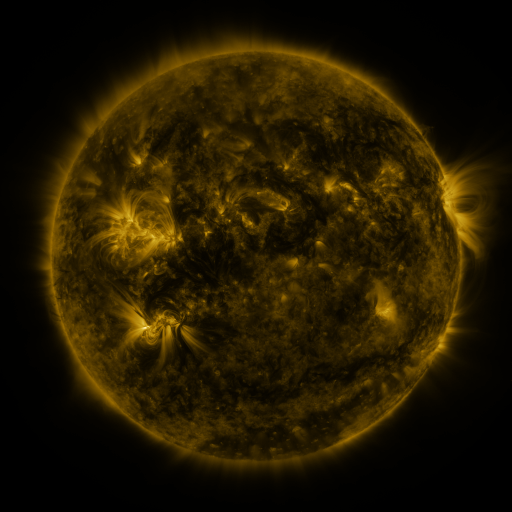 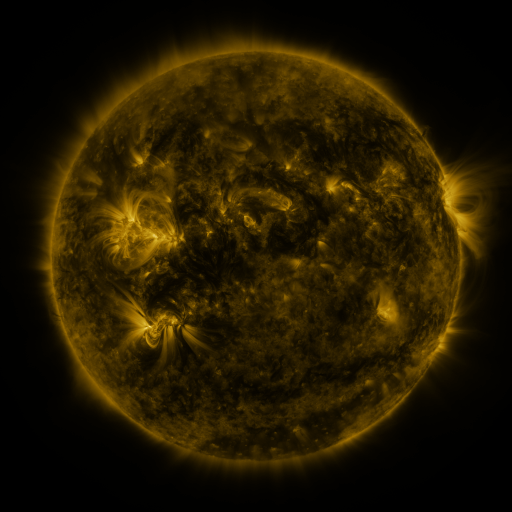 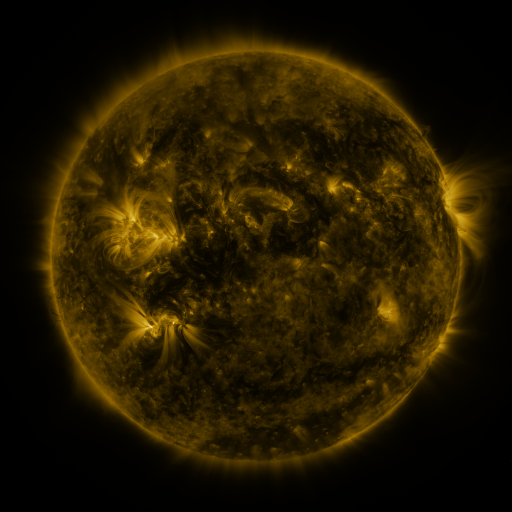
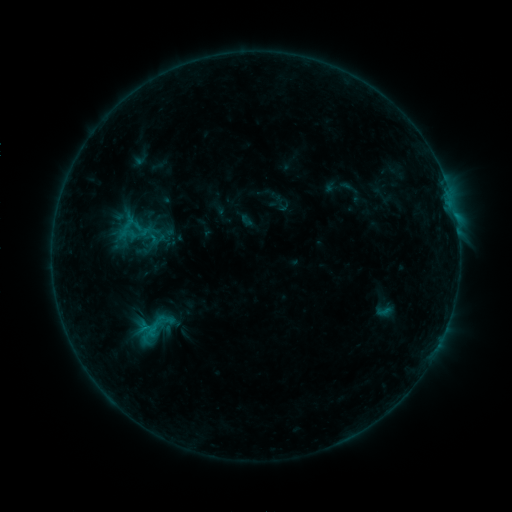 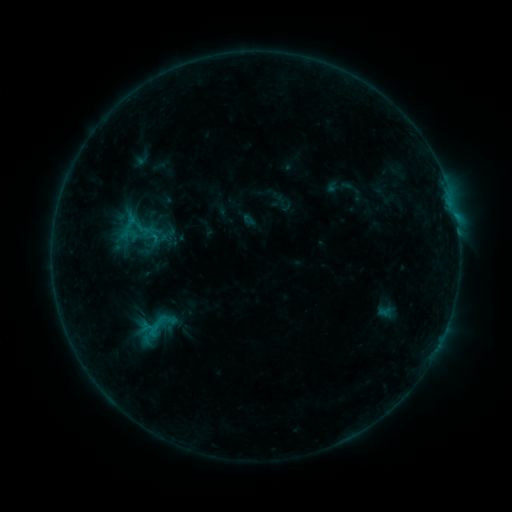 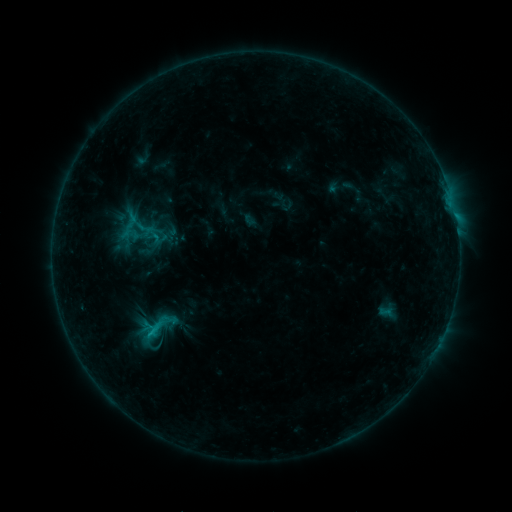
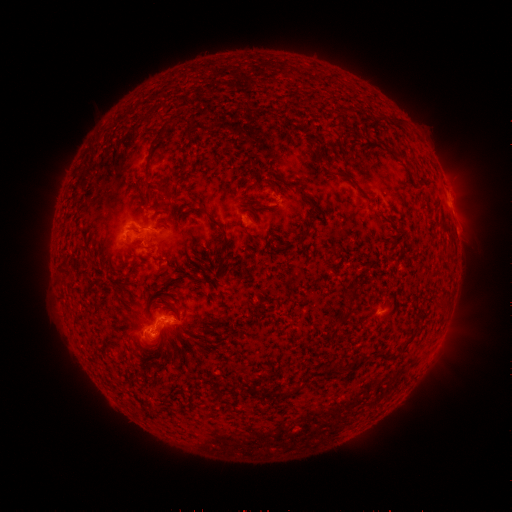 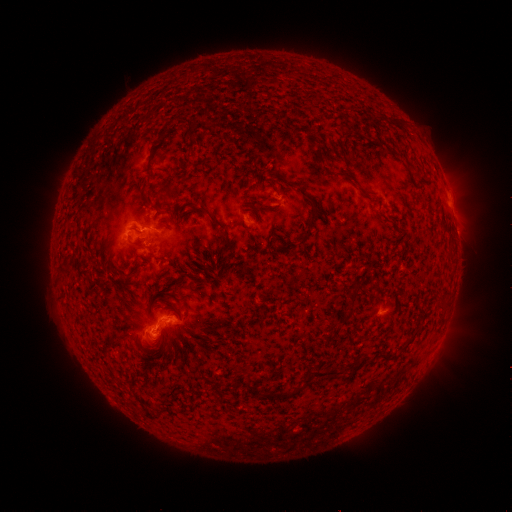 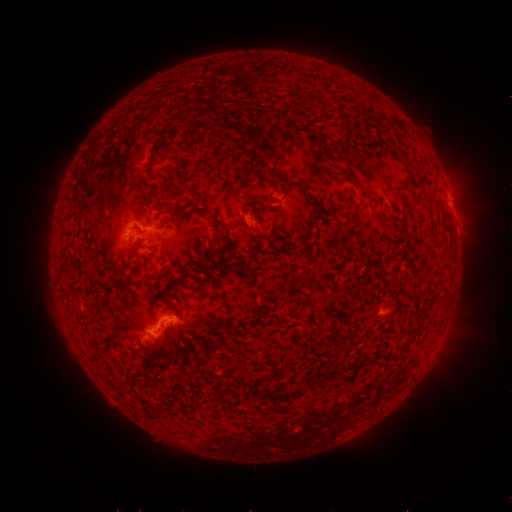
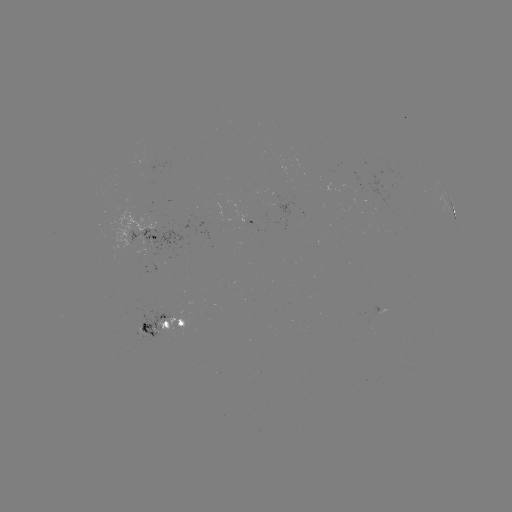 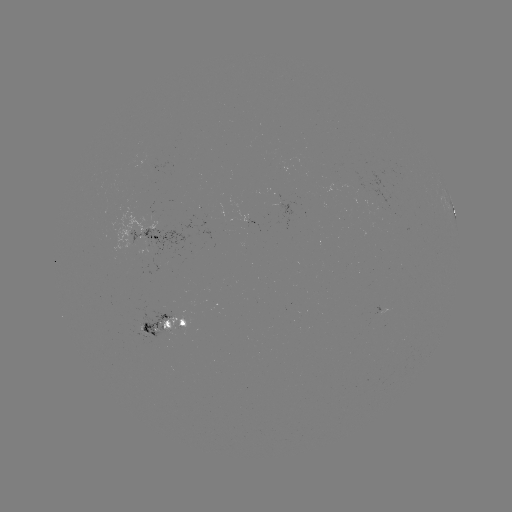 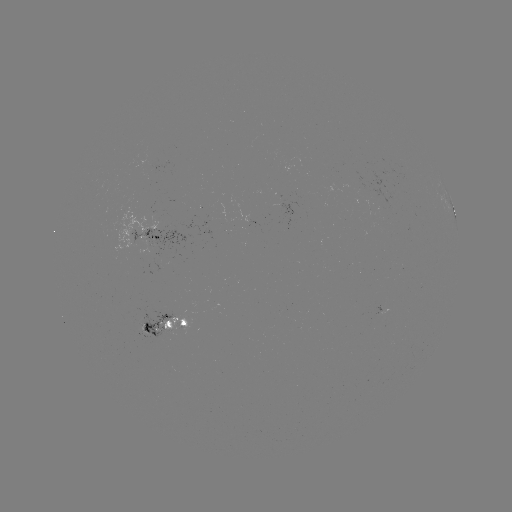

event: emerging-flux region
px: (157, 266)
